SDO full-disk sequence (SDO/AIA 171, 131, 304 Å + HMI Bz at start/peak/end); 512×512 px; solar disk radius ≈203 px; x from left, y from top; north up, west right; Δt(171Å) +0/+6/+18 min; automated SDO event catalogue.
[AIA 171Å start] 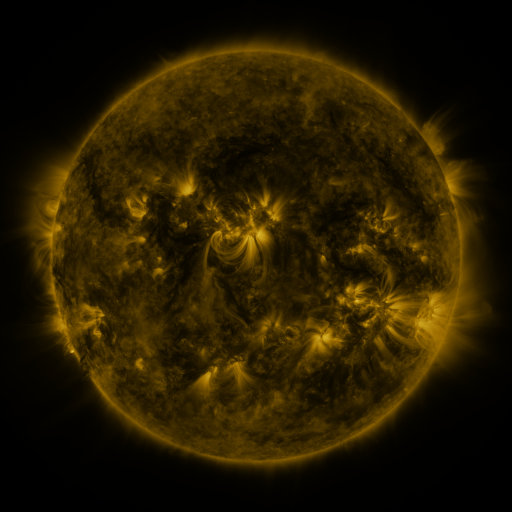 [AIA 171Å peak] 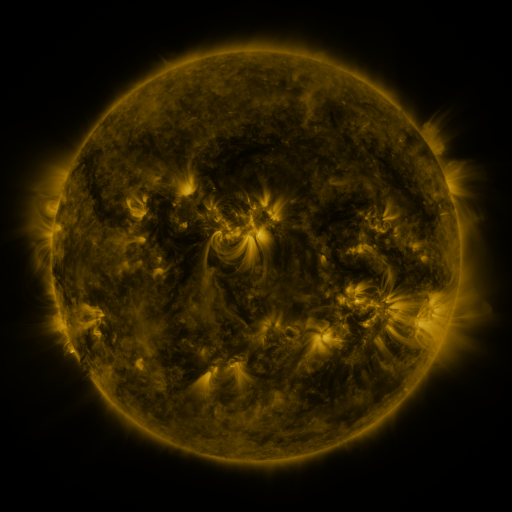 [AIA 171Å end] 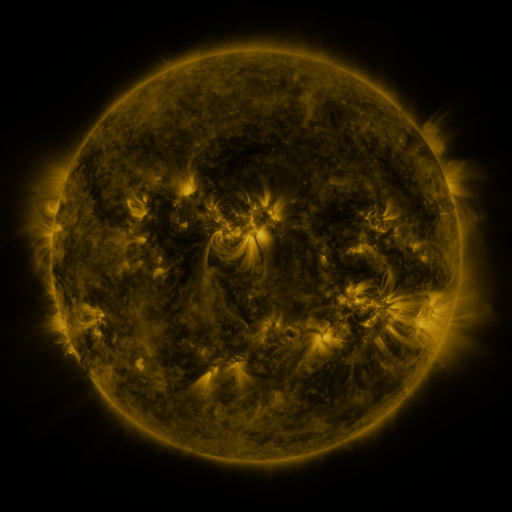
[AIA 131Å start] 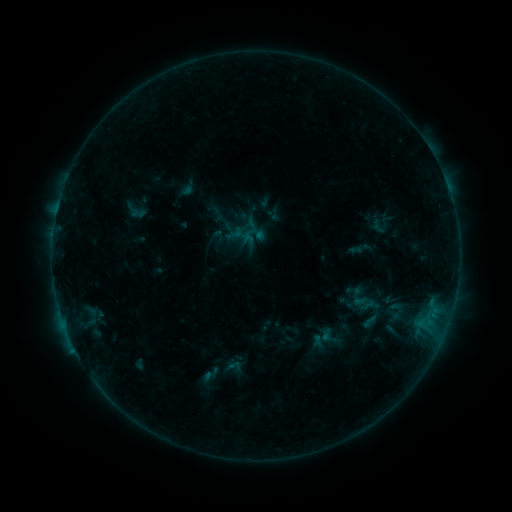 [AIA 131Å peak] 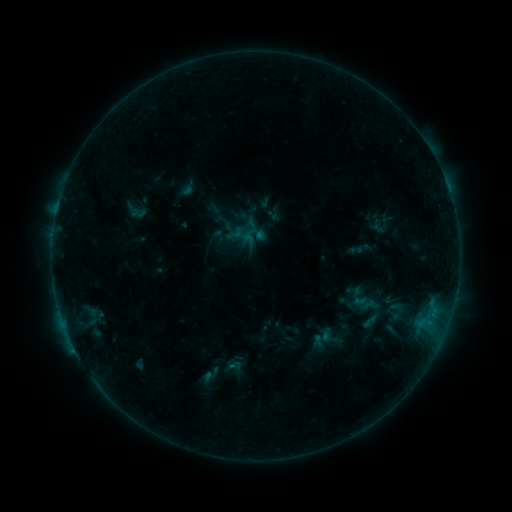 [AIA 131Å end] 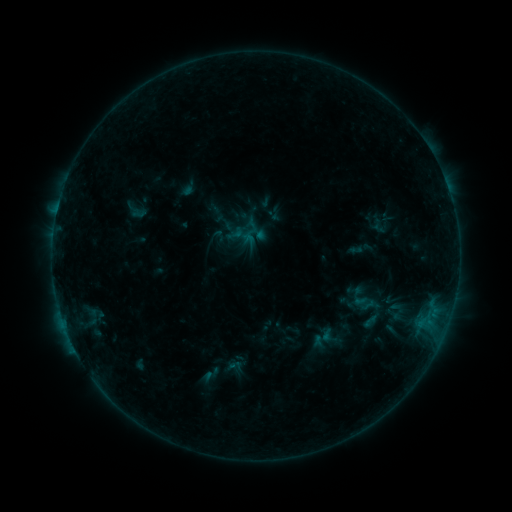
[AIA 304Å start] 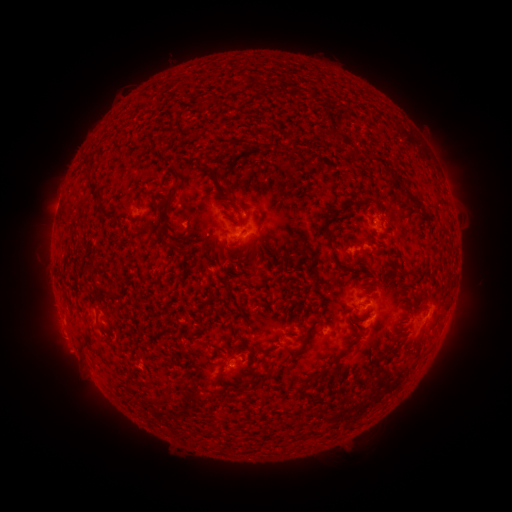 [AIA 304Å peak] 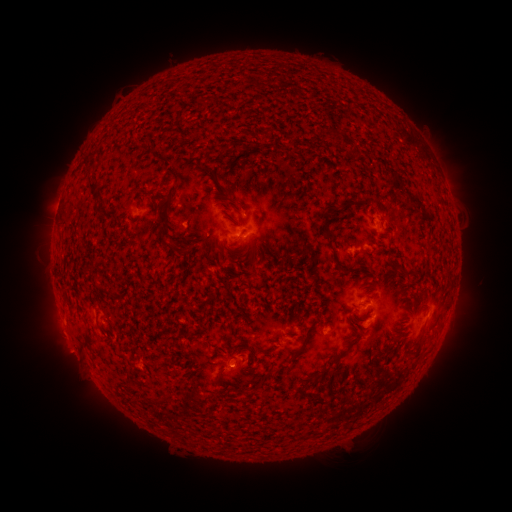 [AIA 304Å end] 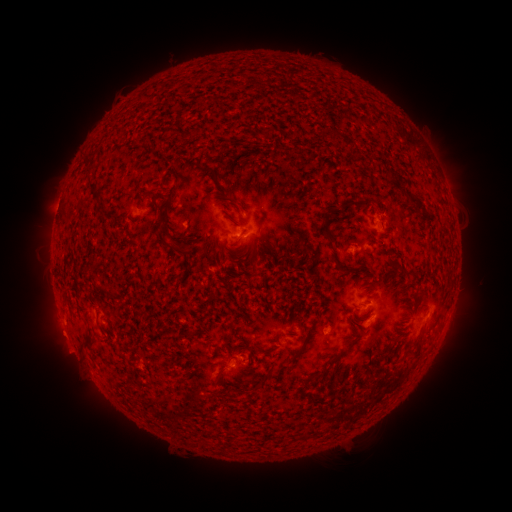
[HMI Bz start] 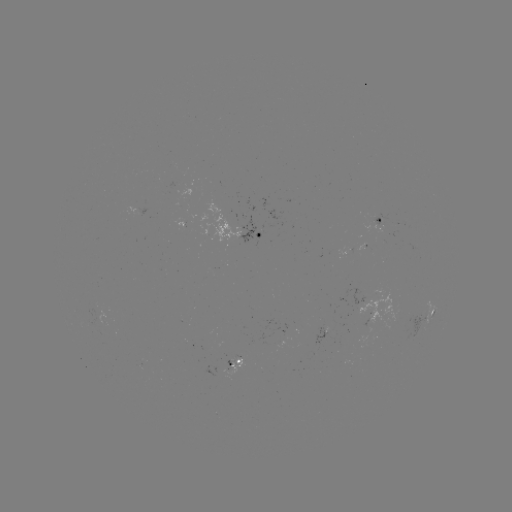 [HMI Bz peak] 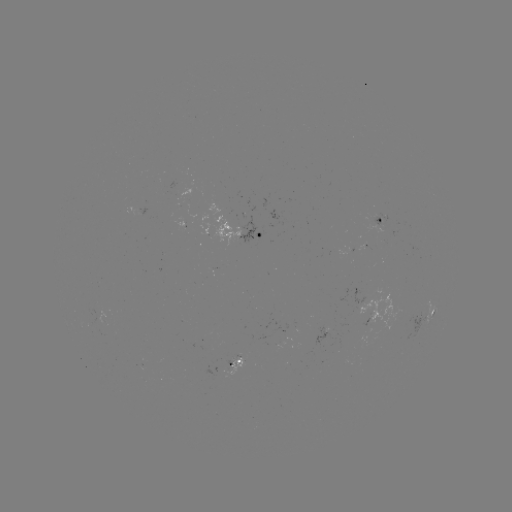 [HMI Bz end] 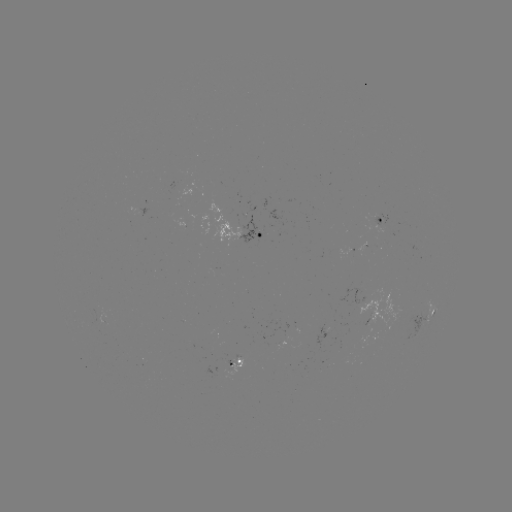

no catalogued flare and no flagged EUV brightening in this window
